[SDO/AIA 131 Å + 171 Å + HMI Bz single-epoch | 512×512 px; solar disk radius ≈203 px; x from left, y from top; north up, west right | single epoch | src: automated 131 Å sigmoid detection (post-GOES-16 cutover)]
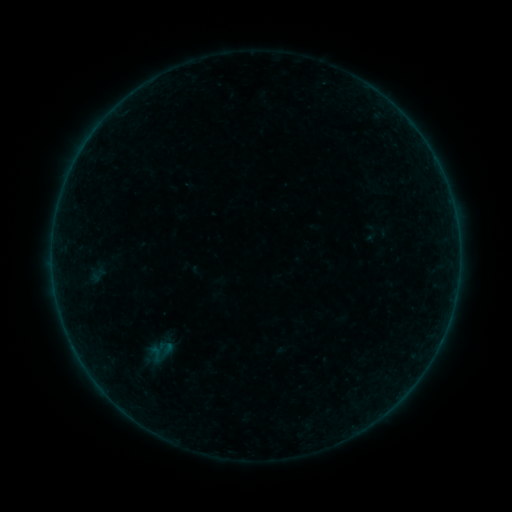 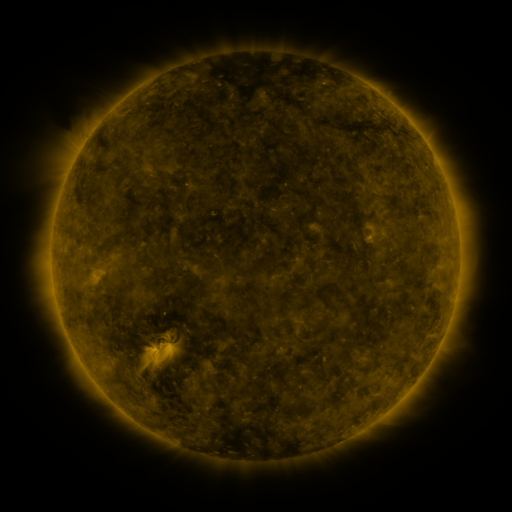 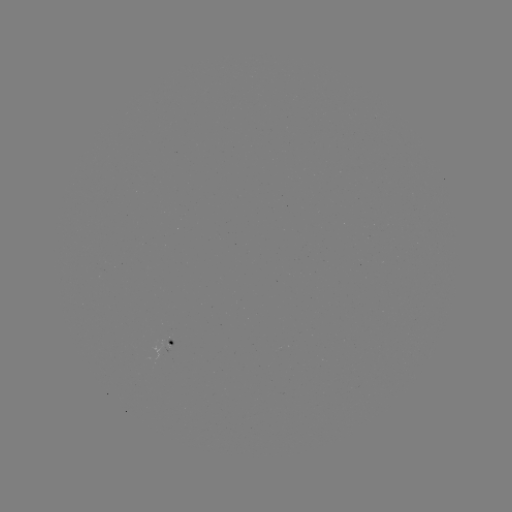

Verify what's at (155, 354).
sigmoid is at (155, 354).